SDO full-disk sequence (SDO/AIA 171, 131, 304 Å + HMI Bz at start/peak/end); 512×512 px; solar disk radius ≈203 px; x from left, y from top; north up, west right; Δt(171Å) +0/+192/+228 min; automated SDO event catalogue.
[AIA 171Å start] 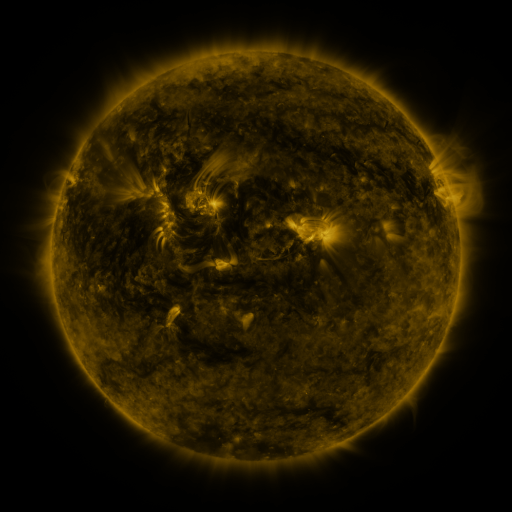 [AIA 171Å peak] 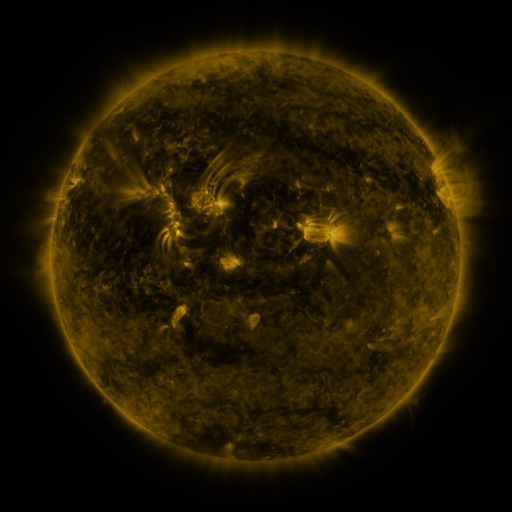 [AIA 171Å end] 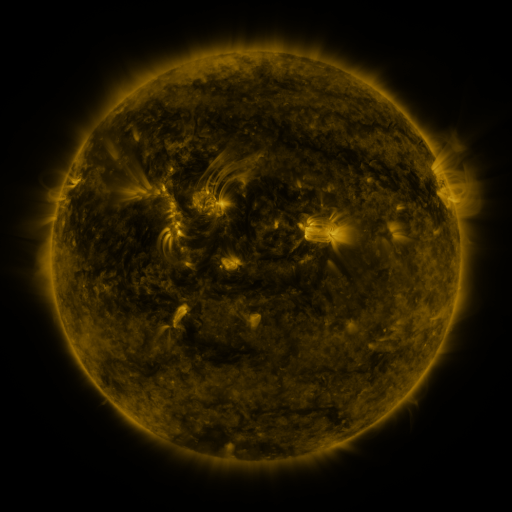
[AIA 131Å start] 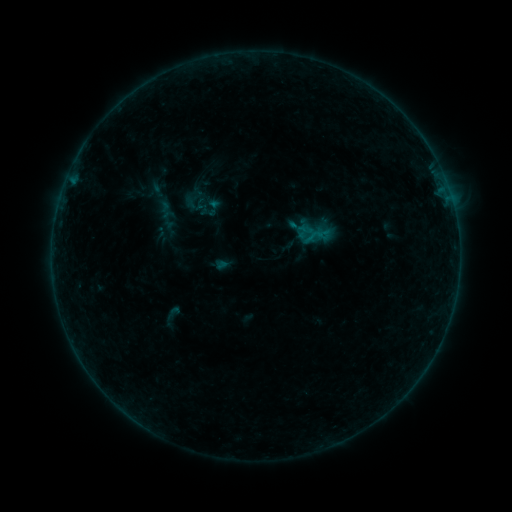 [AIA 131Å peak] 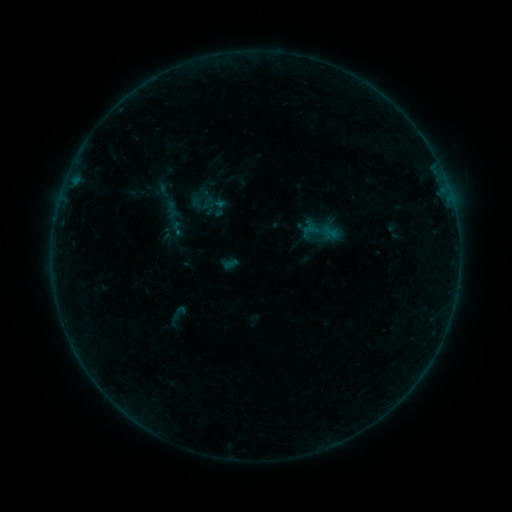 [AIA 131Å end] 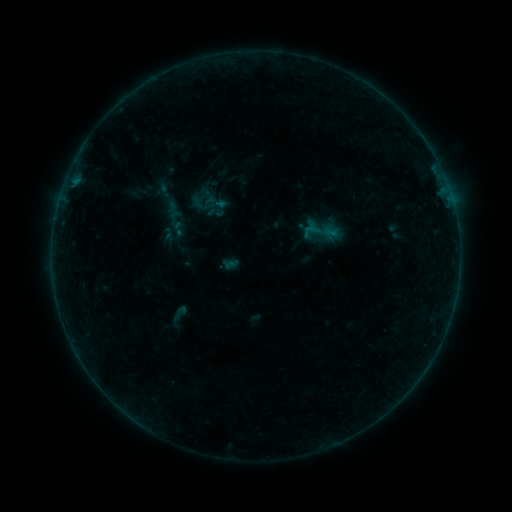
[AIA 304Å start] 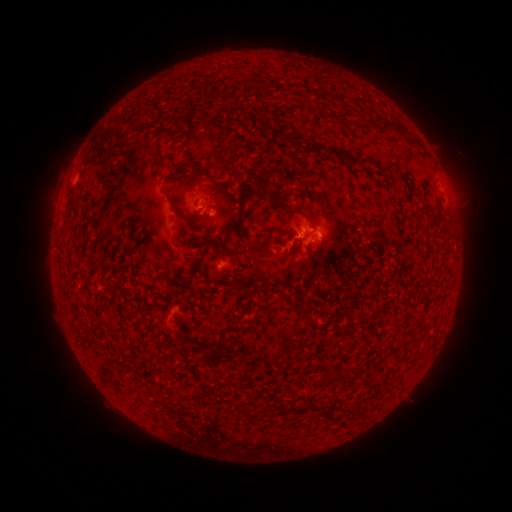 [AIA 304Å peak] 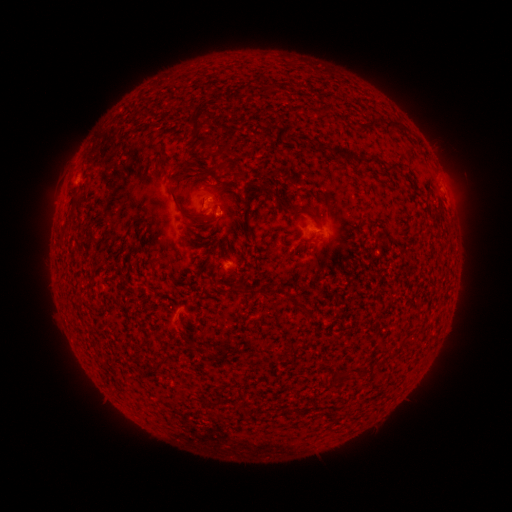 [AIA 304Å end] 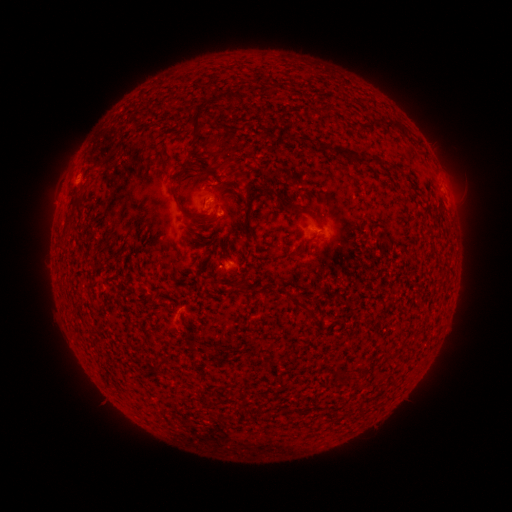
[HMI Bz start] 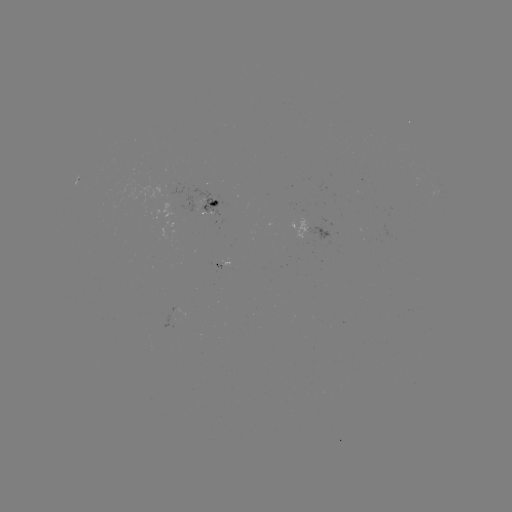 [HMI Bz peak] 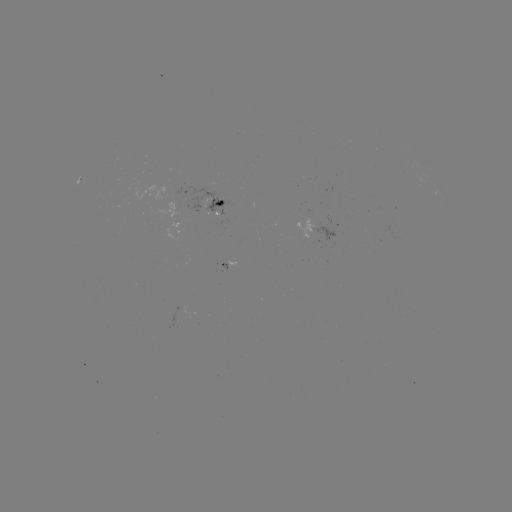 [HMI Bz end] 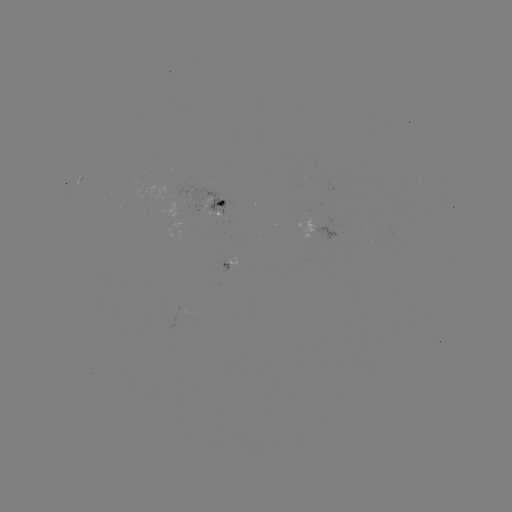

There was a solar emerging-flux region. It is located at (307, 236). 